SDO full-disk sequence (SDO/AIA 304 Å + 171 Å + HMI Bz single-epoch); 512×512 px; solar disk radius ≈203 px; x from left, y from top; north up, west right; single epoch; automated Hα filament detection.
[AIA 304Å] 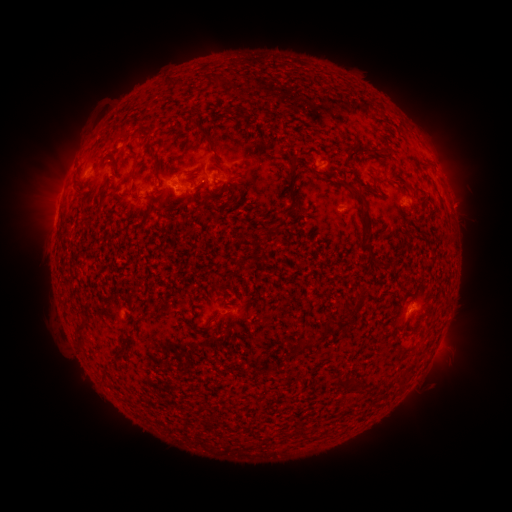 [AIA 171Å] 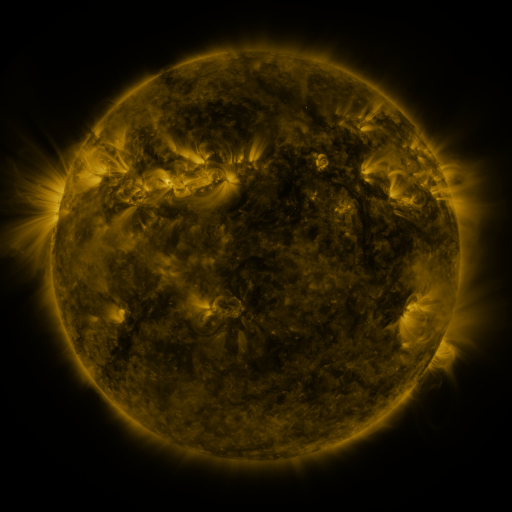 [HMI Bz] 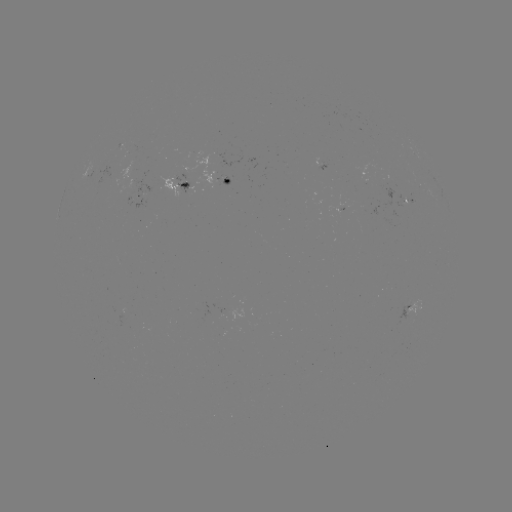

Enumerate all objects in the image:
filament: (193, 119, 215, 147)
filament: (131, 157, 140, 177)
filament: (153, 163, 163, 179)
filament: (289, 167, 300, 208)
filament: (314, 171, 325, 178)
filament: (349, 187, 367, 207)
filament: (161, 196, 169, 207)
filament: (253, 243, 263, 256)
filament: (363, 246, 375, 259)
filament: (364, 294, 377, 304)
filament: (327, 319, 346, 330)
filament: (406, 328, 416, 336)
filament: (74, 331, 83, 344)
filament: (300, 342, 313, 350)
filament: (115, 343, 126, 352)
filament: (332, 376, 344, 390)
